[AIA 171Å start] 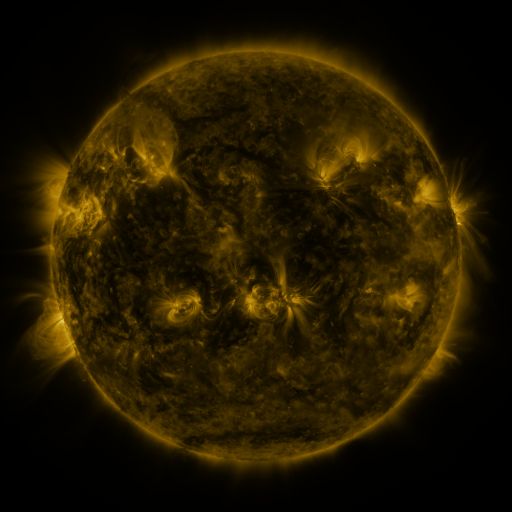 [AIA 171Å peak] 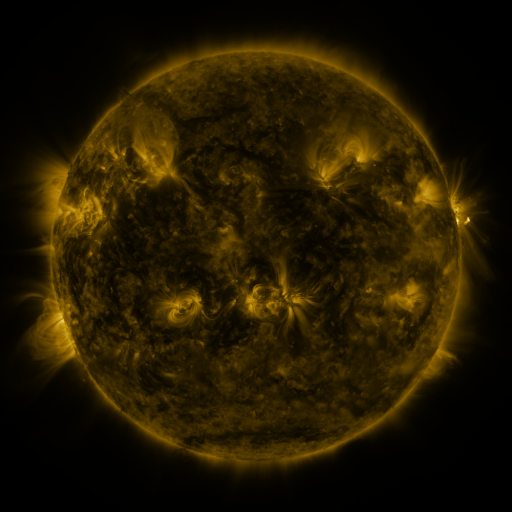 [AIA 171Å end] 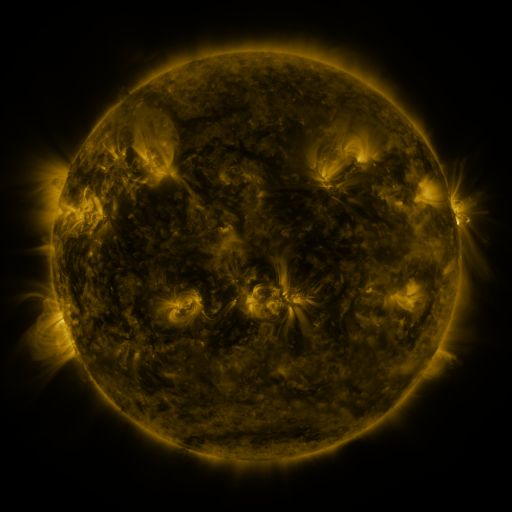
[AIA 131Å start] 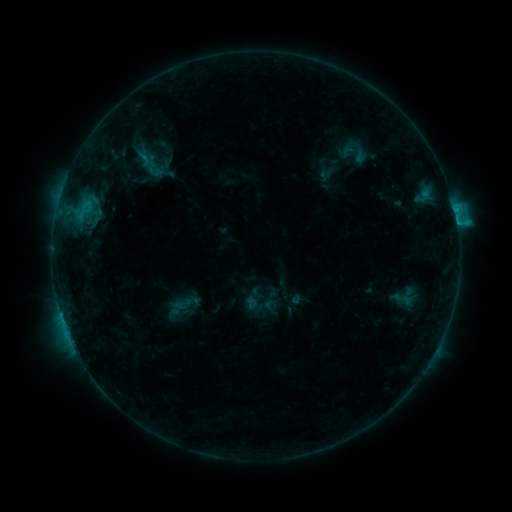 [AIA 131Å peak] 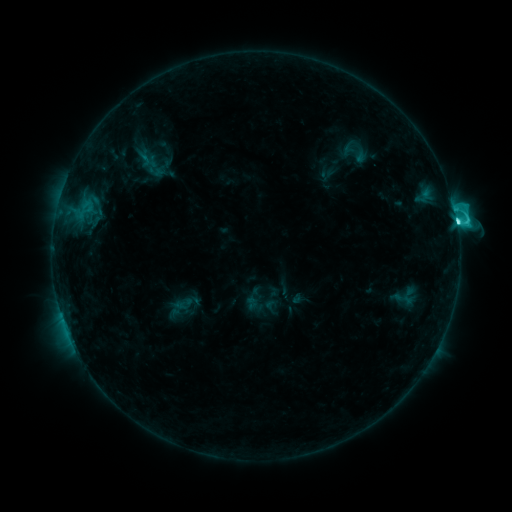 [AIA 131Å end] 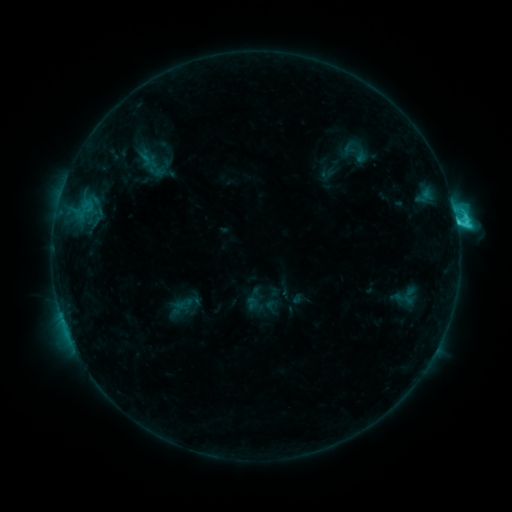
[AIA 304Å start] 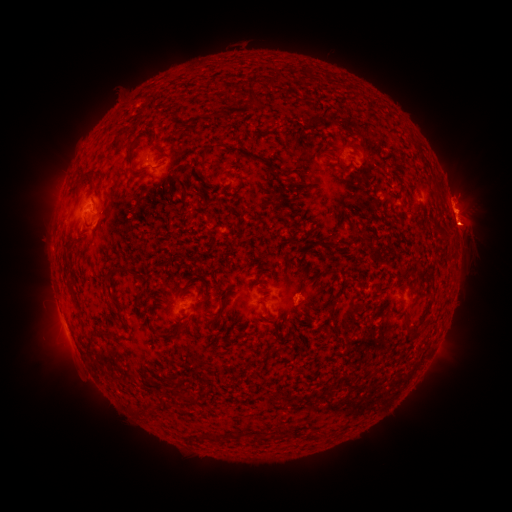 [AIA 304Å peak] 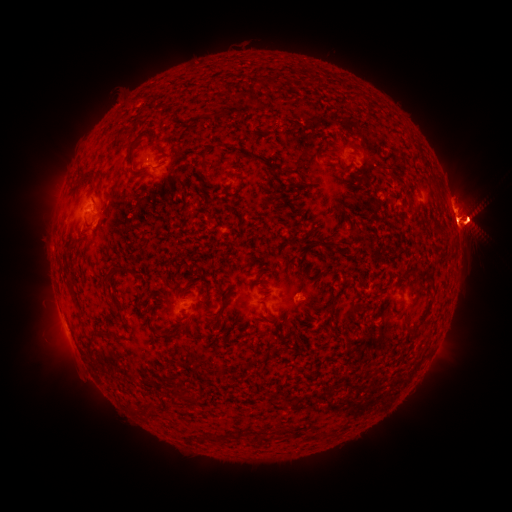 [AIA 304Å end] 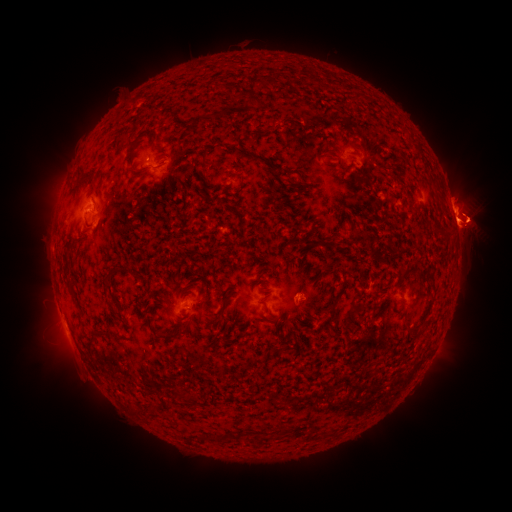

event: flare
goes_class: C5.7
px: (456, 223)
